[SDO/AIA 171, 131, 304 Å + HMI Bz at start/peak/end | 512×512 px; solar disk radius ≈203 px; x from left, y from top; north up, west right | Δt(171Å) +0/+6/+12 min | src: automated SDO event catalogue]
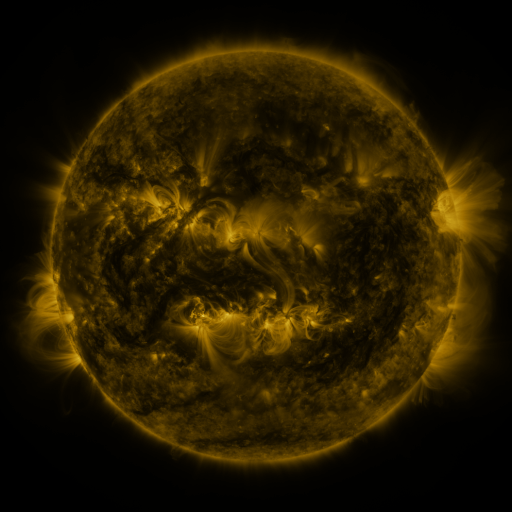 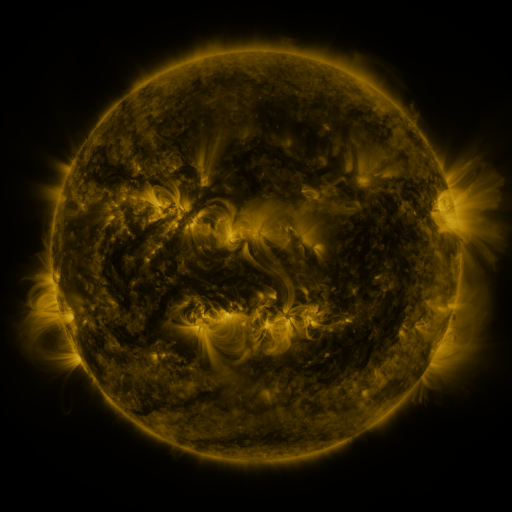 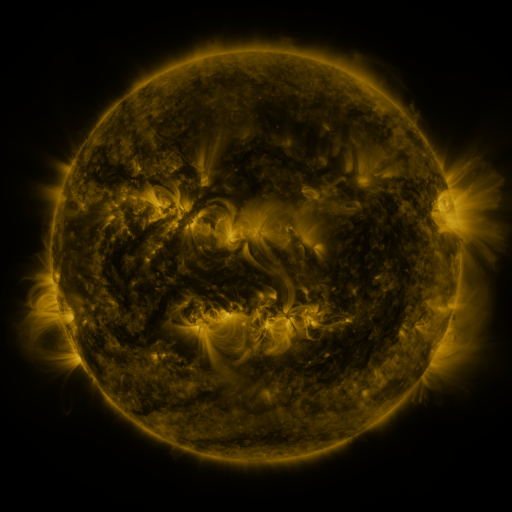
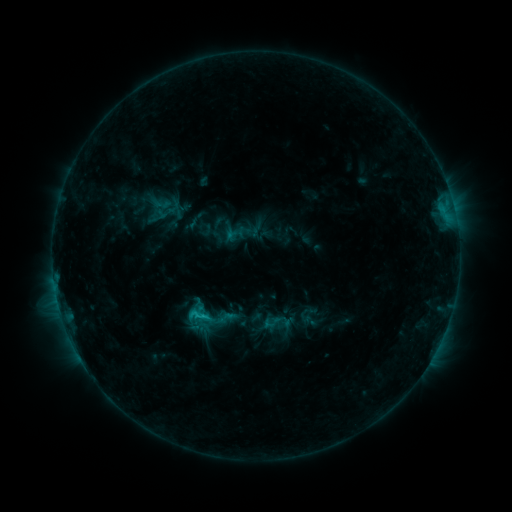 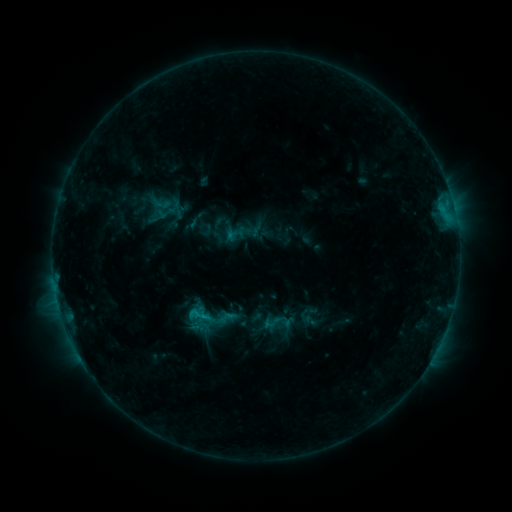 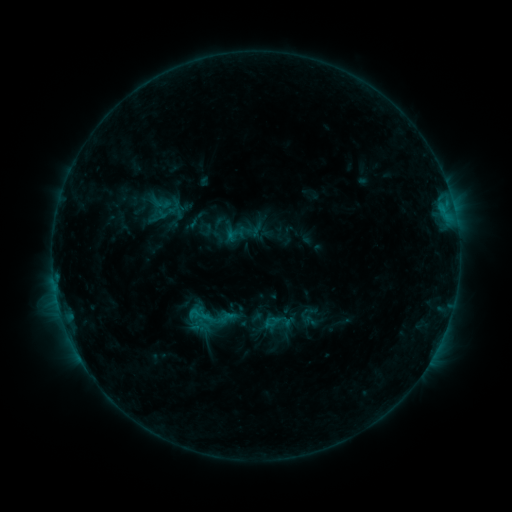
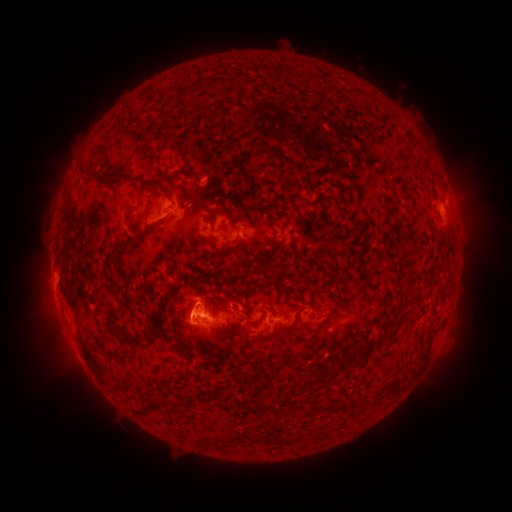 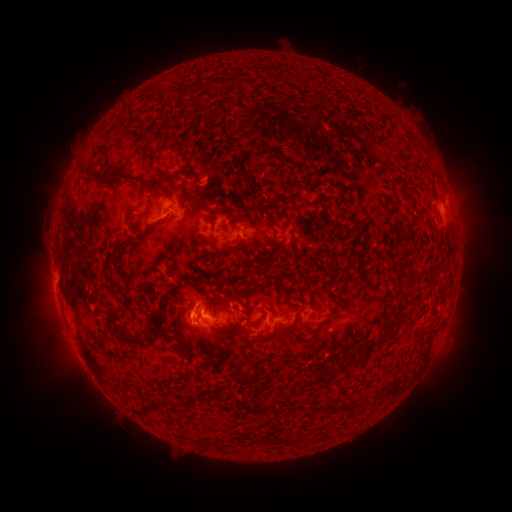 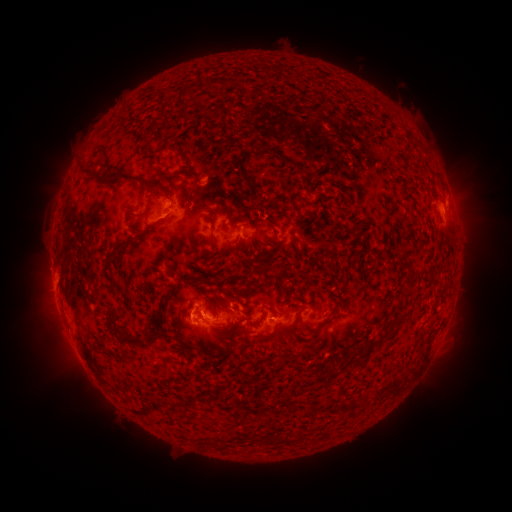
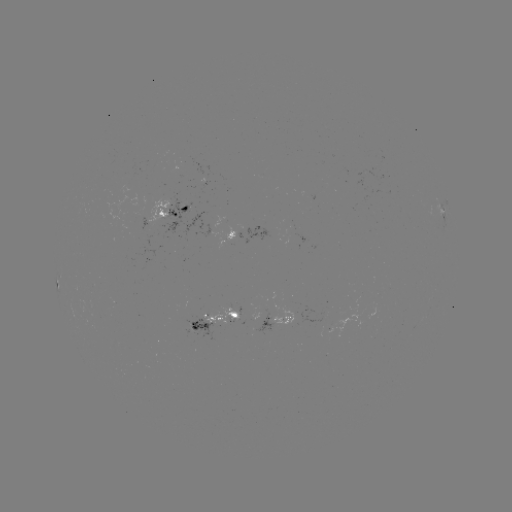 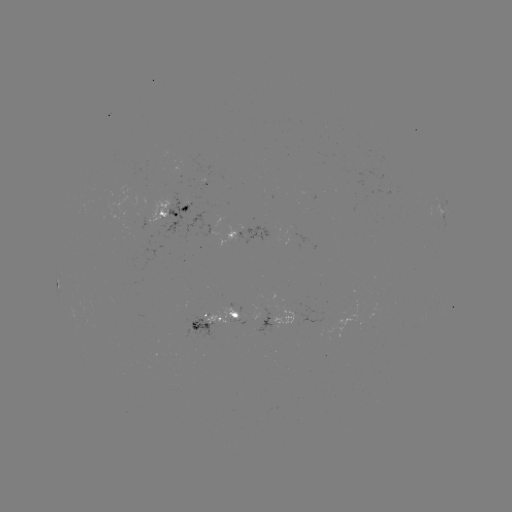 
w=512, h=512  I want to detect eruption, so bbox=[157, 291, 202, 331].